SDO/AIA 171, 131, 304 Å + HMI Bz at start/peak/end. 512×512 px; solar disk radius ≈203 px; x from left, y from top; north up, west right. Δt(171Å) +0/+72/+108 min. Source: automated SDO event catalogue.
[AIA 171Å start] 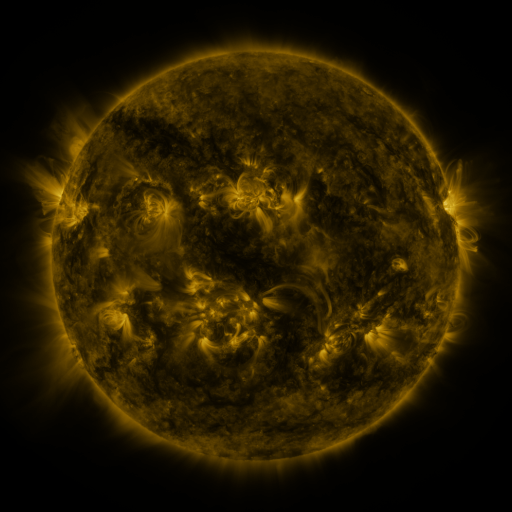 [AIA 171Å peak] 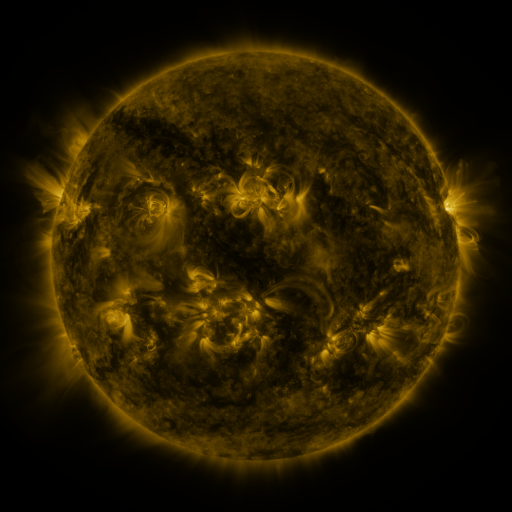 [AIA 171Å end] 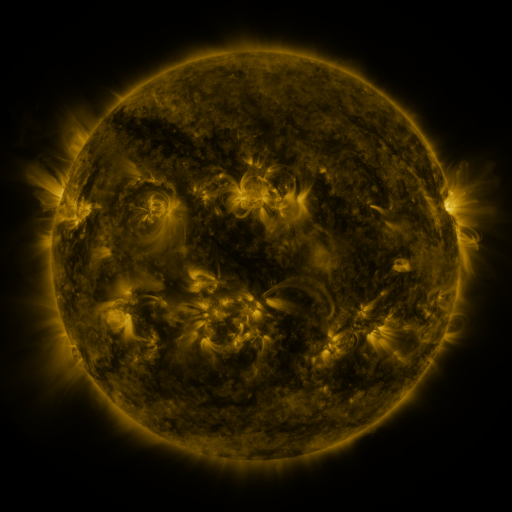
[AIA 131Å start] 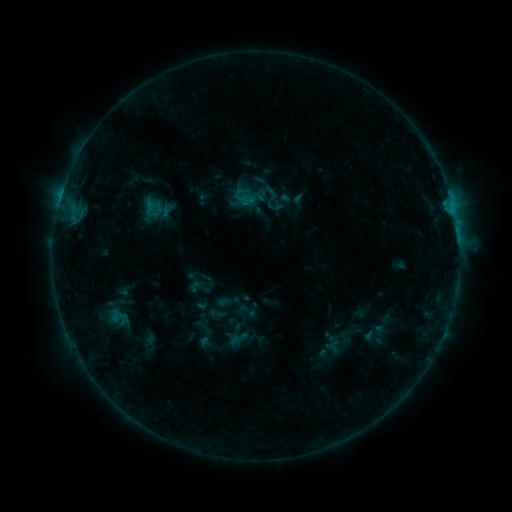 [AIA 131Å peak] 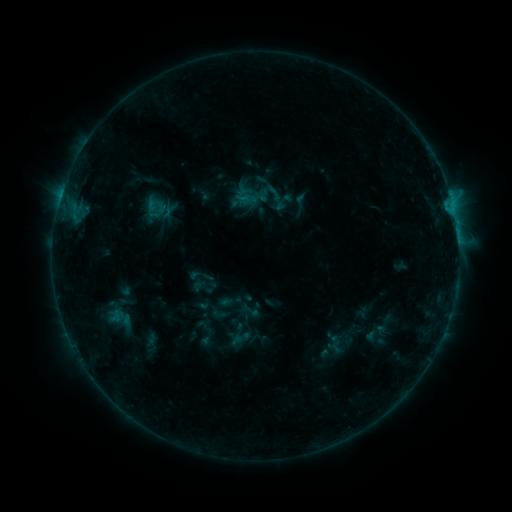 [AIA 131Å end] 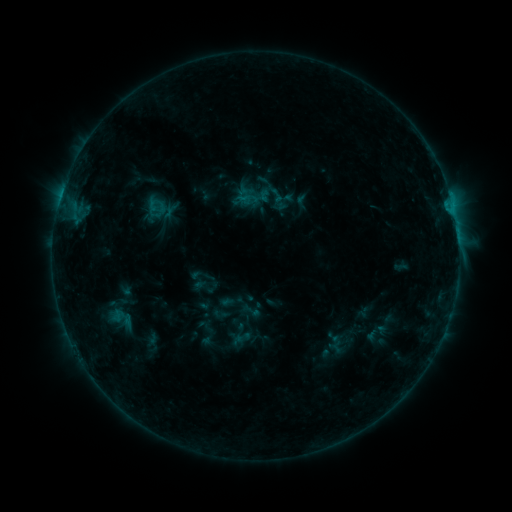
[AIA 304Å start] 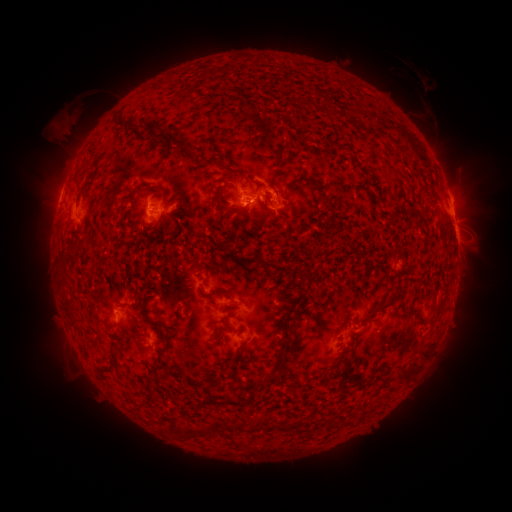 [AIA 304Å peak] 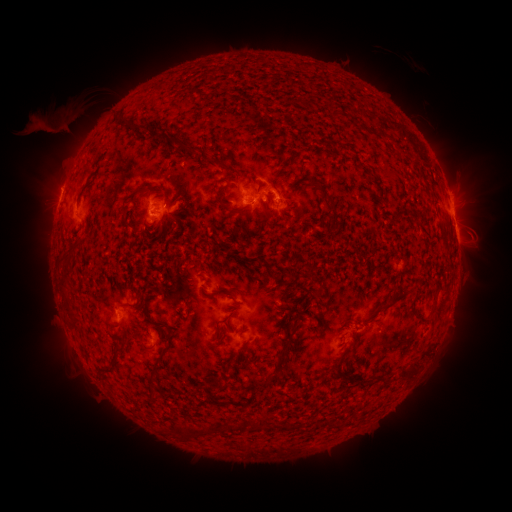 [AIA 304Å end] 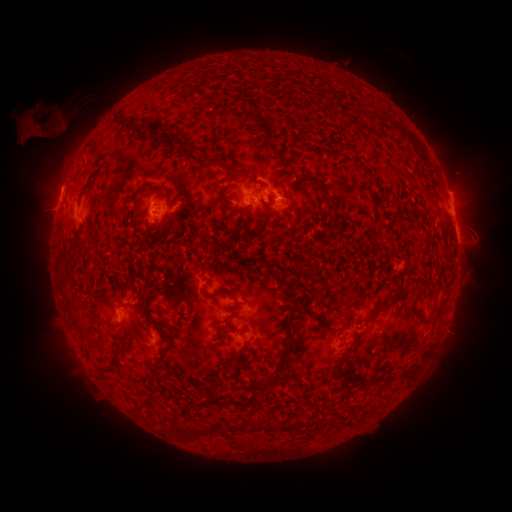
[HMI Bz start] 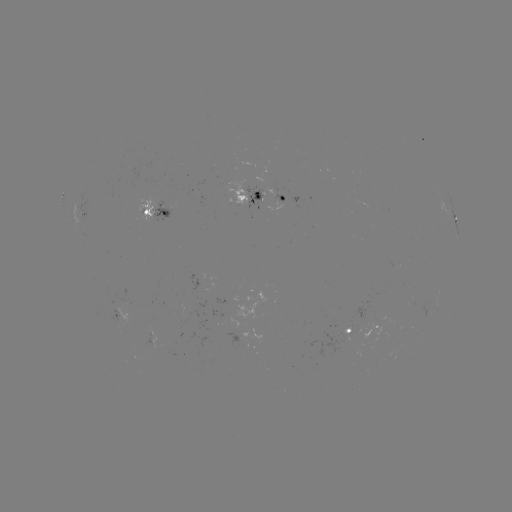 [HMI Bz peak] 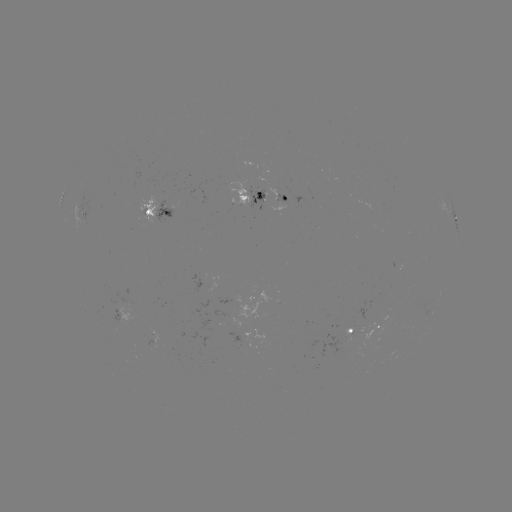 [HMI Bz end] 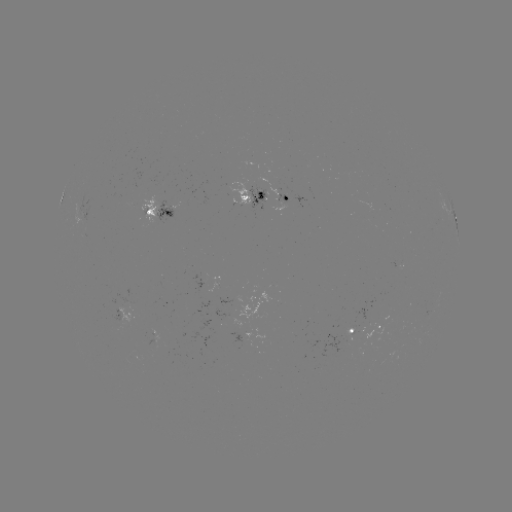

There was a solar emerging-flux region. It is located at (172, 206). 